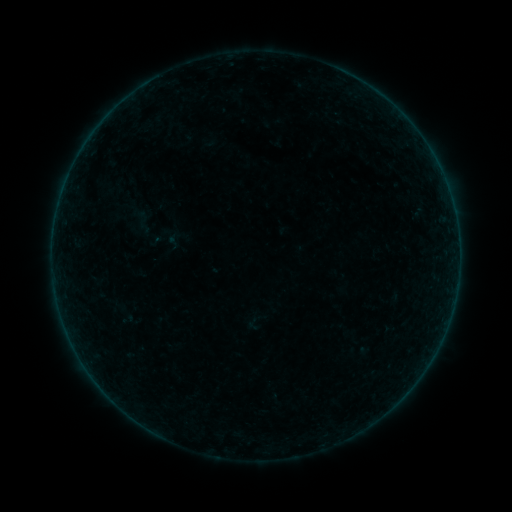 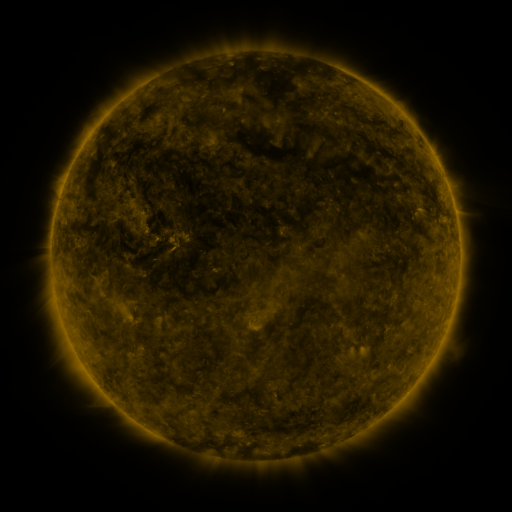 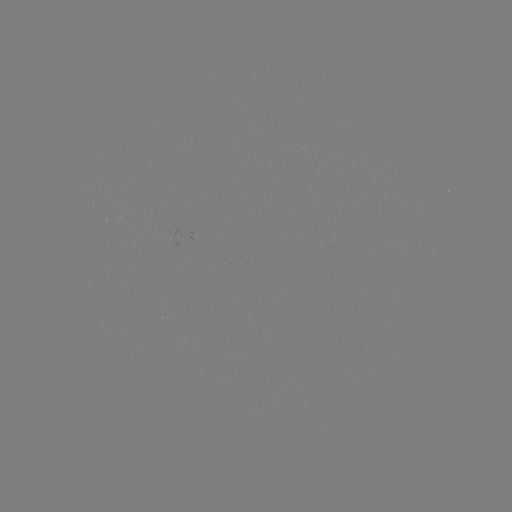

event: sigmoid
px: (174, 241)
